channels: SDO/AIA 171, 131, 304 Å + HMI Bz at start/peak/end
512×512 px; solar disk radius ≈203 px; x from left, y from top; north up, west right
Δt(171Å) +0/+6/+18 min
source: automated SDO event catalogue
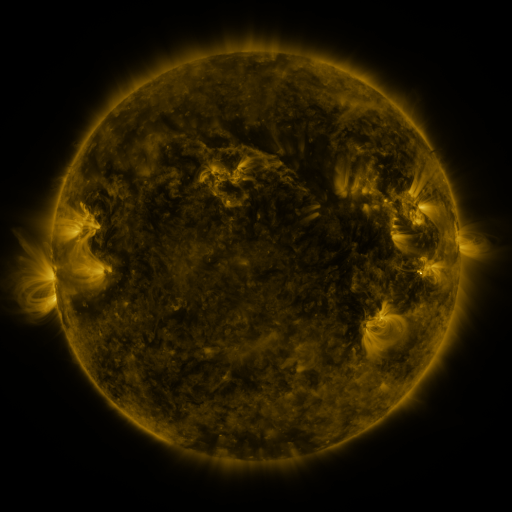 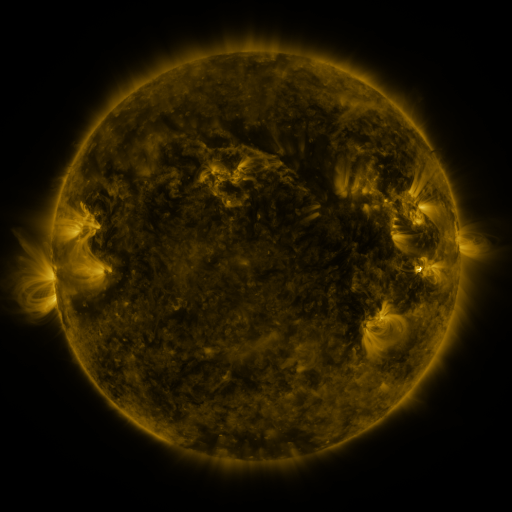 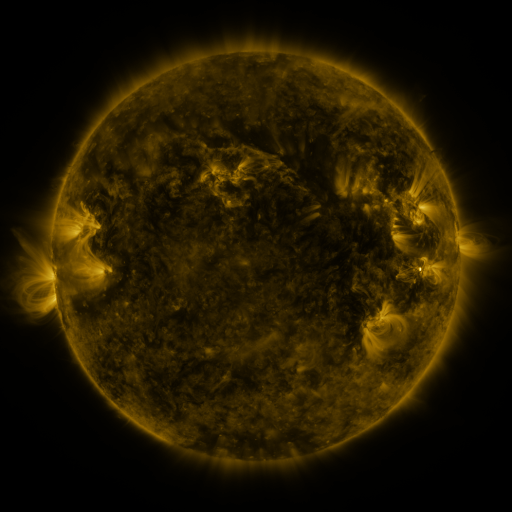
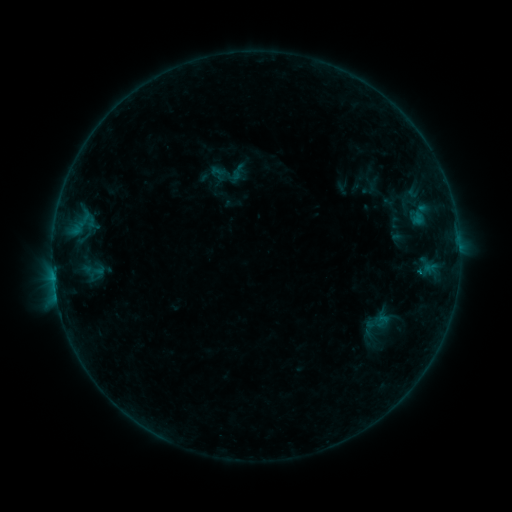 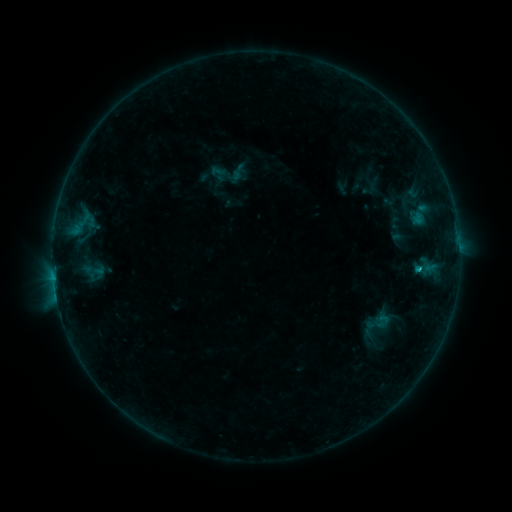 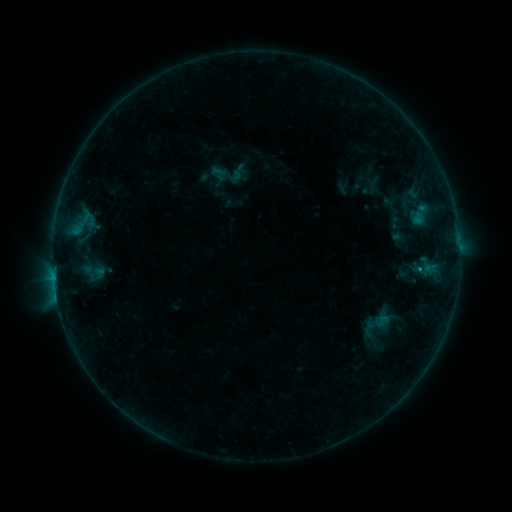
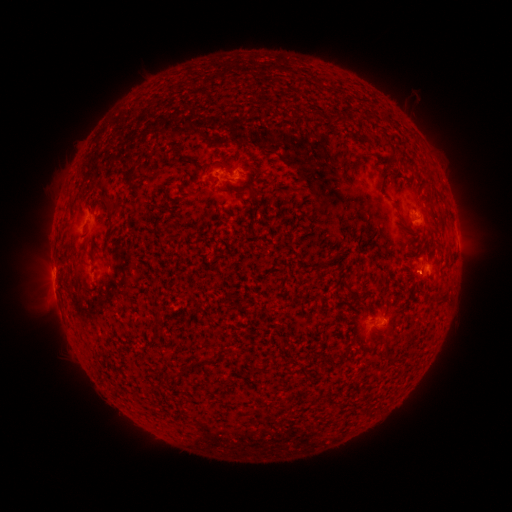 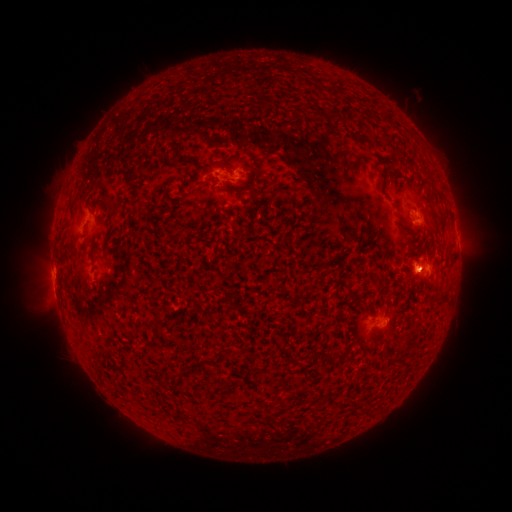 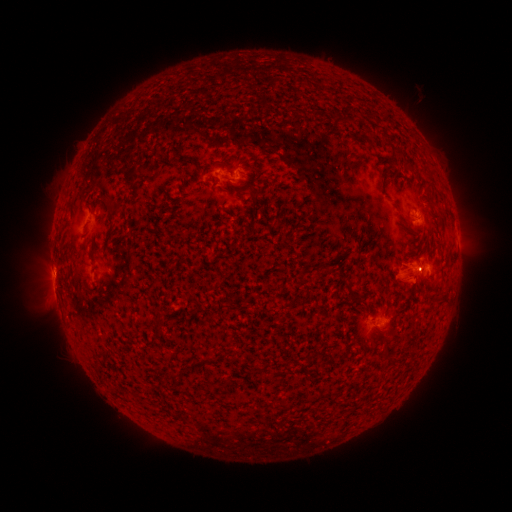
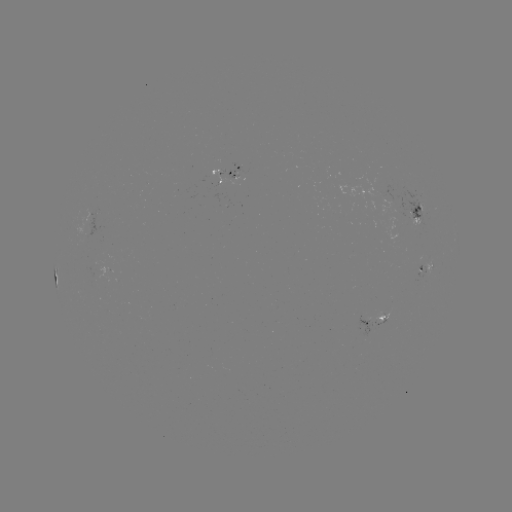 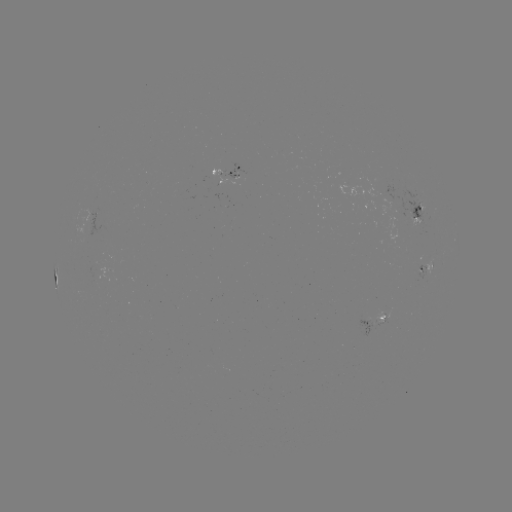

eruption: <bbox>385, 245, 435, 297</bbox>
